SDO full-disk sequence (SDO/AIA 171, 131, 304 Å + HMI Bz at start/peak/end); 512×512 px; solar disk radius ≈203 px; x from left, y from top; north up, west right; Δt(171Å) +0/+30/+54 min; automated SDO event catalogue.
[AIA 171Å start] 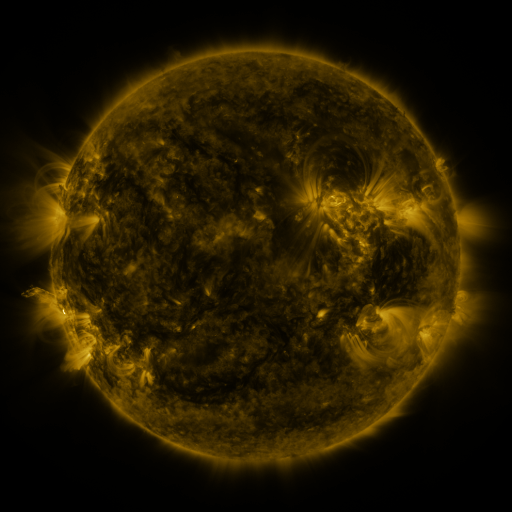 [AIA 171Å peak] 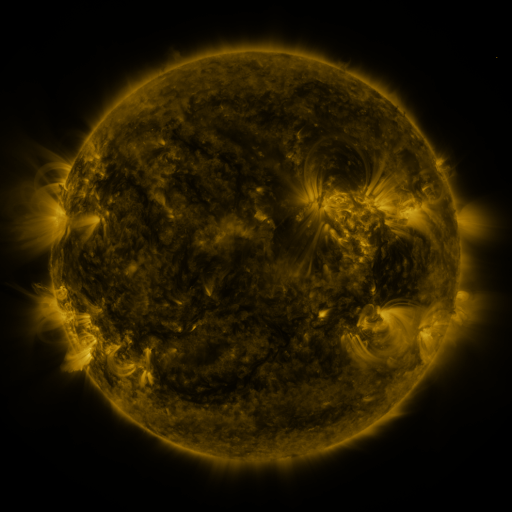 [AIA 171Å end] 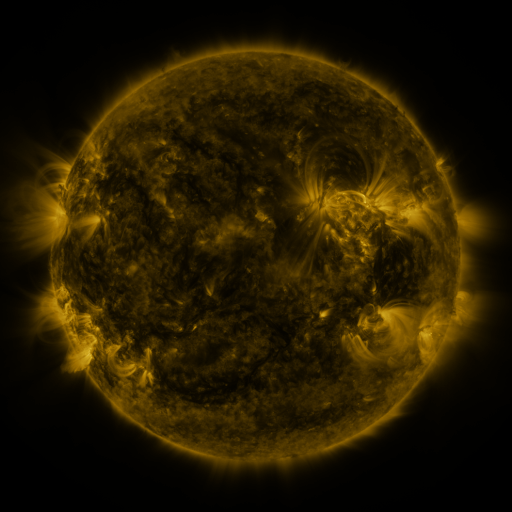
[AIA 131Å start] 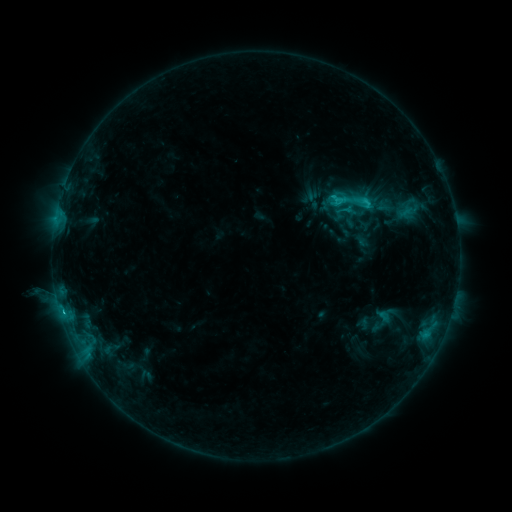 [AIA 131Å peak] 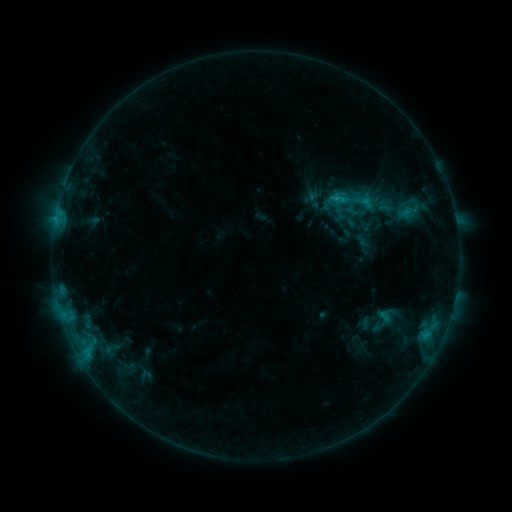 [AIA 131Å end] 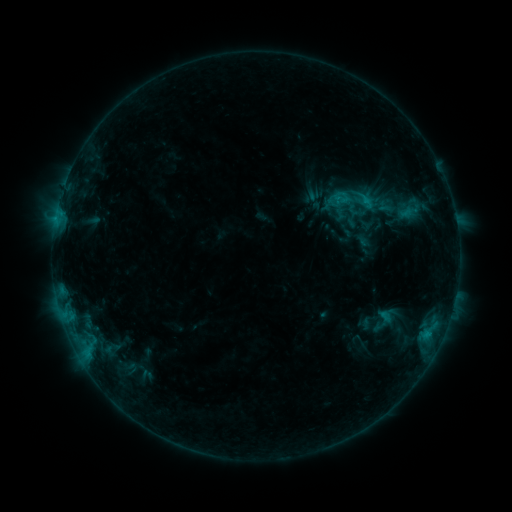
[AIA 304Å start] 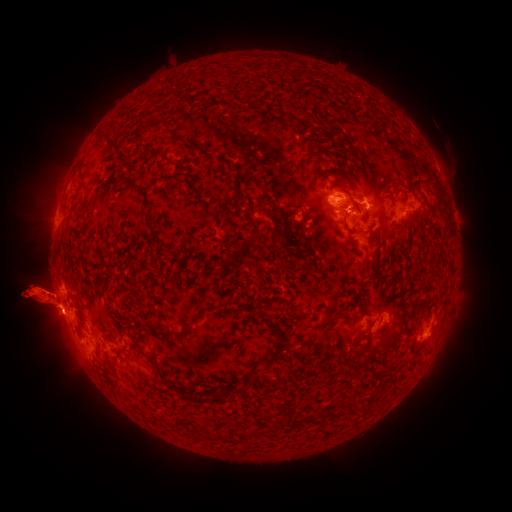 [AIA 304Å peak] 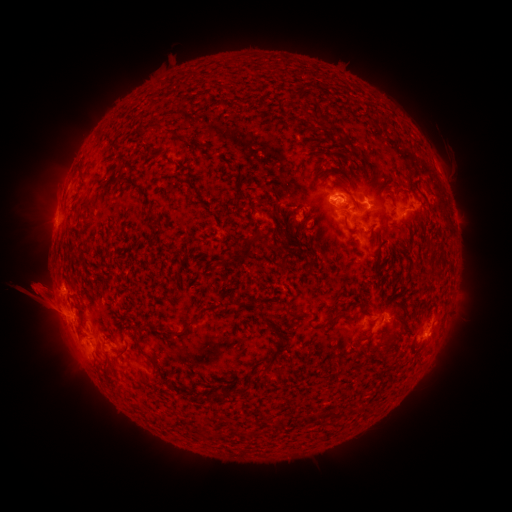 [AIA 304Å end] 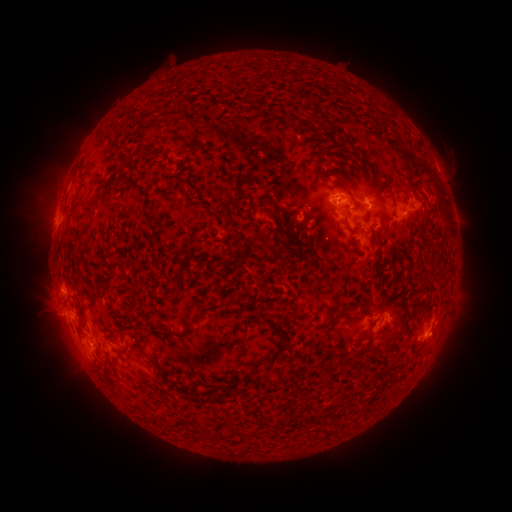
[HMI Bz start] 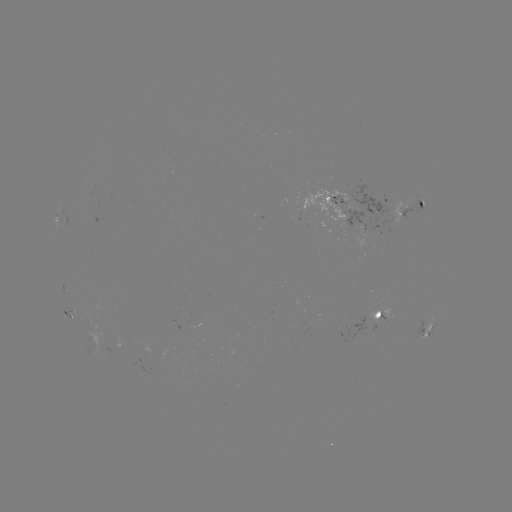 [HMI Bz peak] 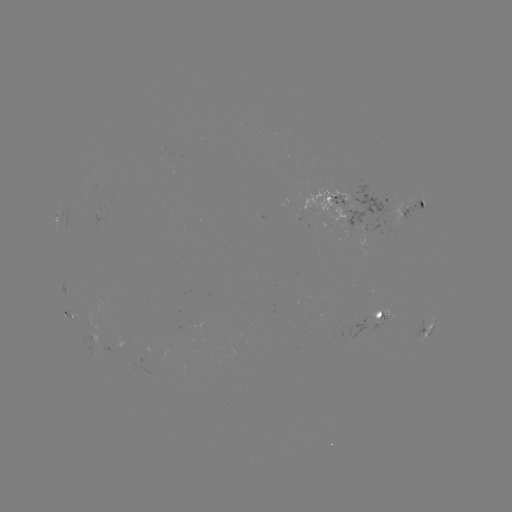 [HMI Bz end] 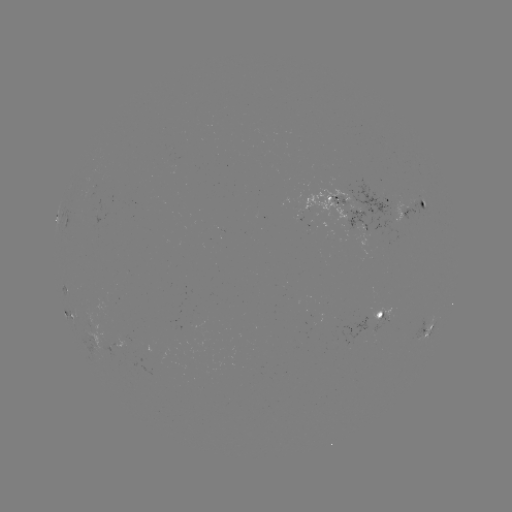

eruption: [0, 236, 94, 355]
